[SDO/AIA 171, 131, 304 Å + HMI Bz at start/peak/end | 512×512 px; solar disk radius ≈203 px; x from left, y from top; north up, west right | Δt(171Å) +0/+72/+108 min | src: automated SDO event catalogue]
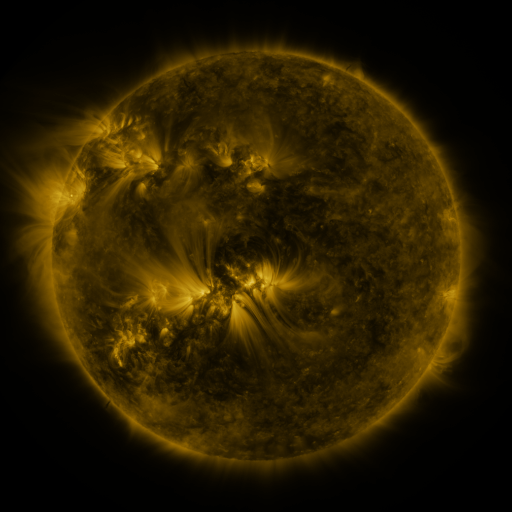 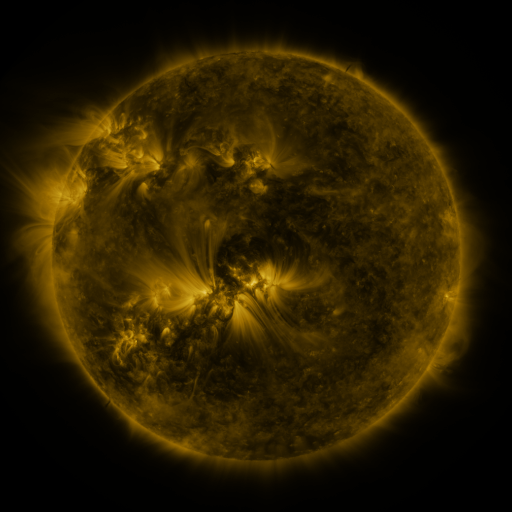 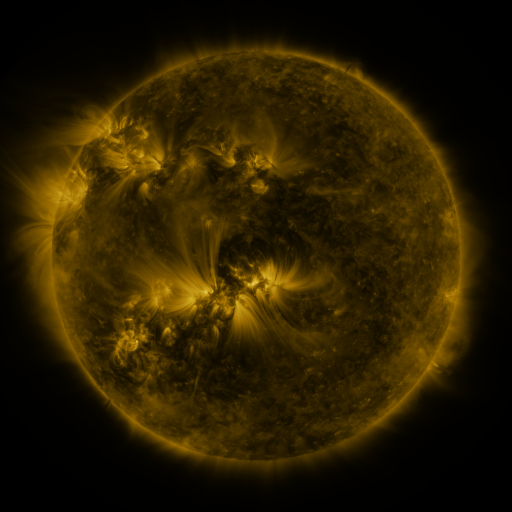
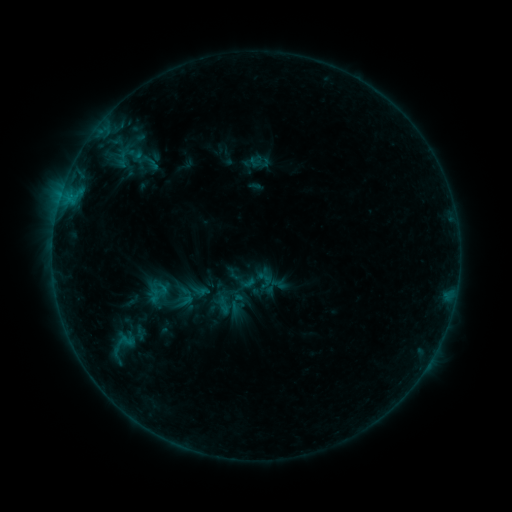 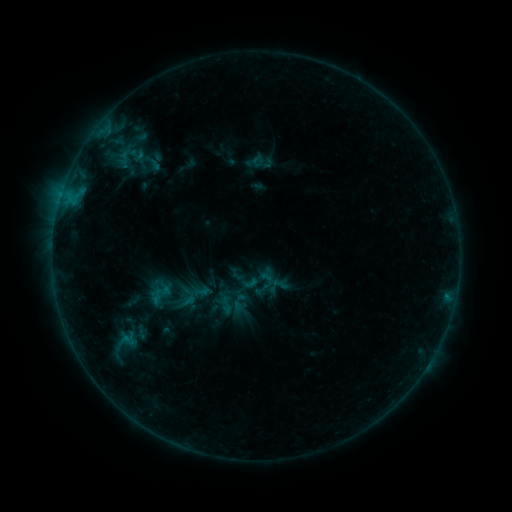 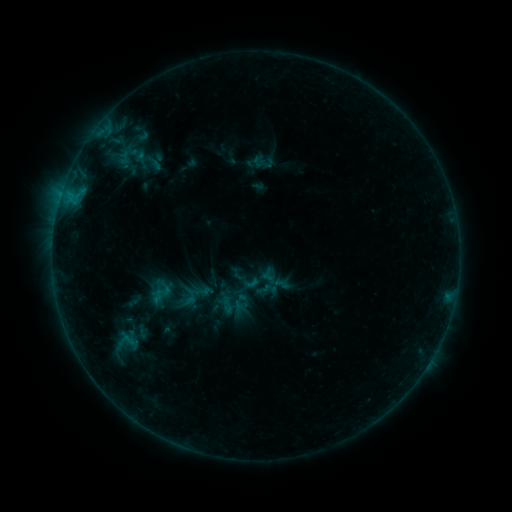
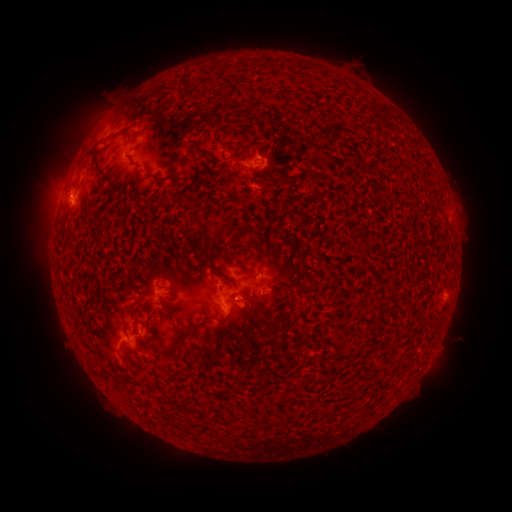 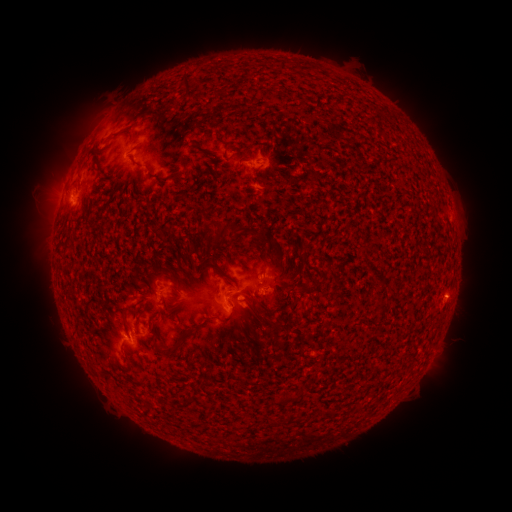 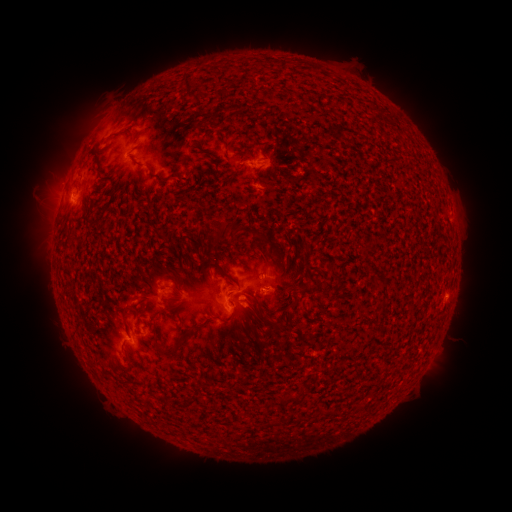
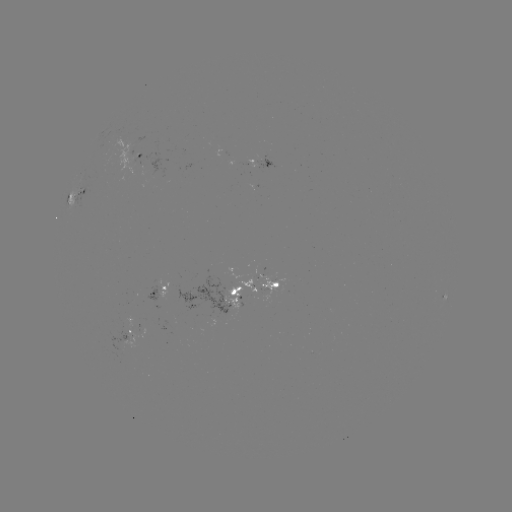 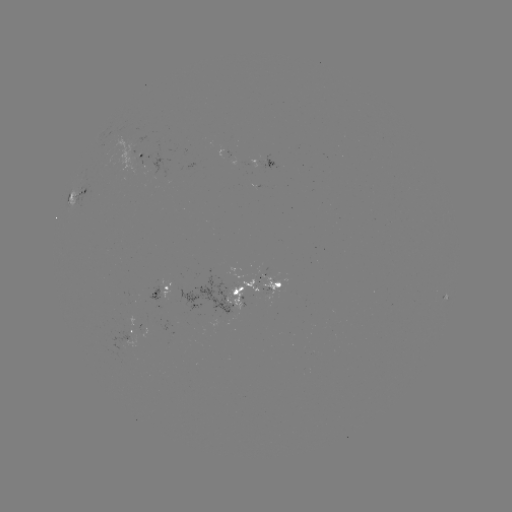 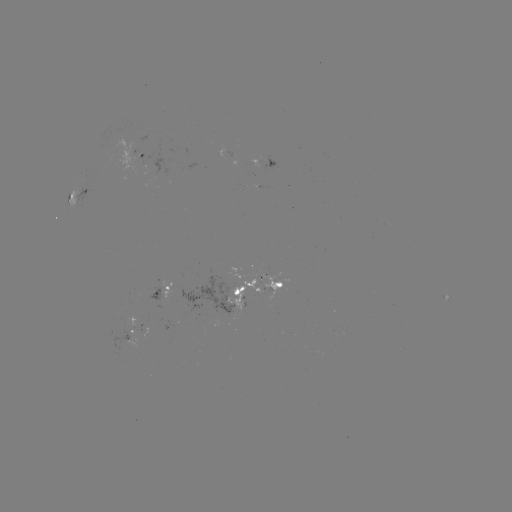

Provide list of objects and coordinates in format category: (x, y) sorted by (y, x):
emerging-flux region: (134, 144)
